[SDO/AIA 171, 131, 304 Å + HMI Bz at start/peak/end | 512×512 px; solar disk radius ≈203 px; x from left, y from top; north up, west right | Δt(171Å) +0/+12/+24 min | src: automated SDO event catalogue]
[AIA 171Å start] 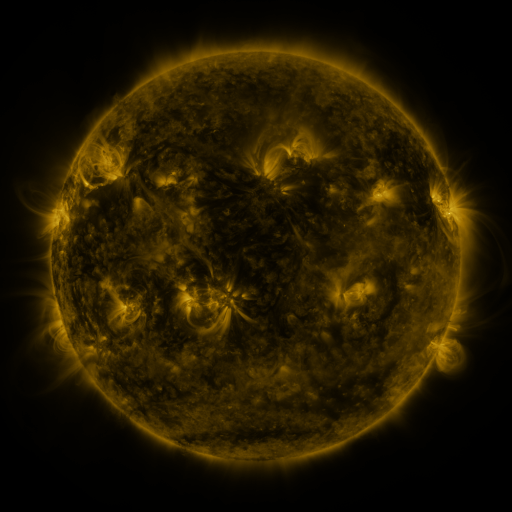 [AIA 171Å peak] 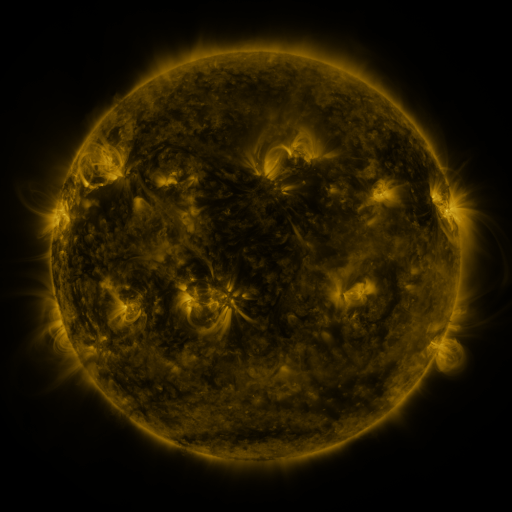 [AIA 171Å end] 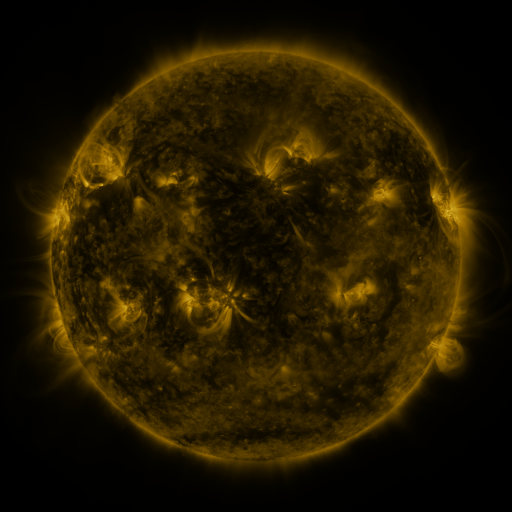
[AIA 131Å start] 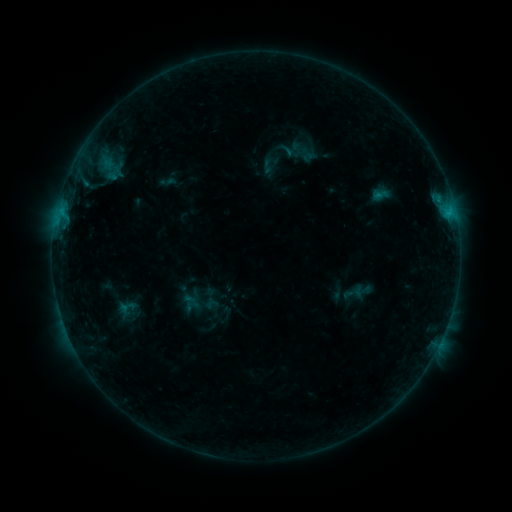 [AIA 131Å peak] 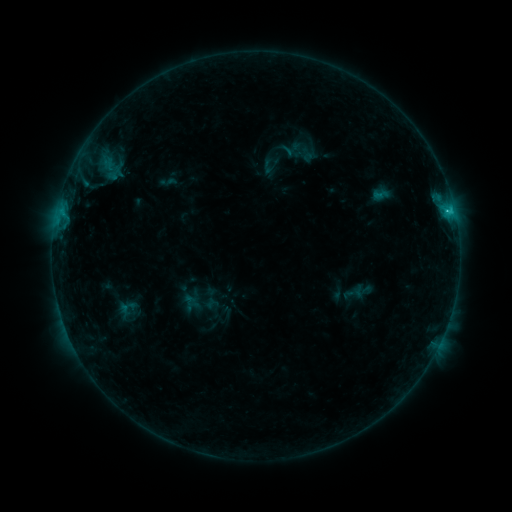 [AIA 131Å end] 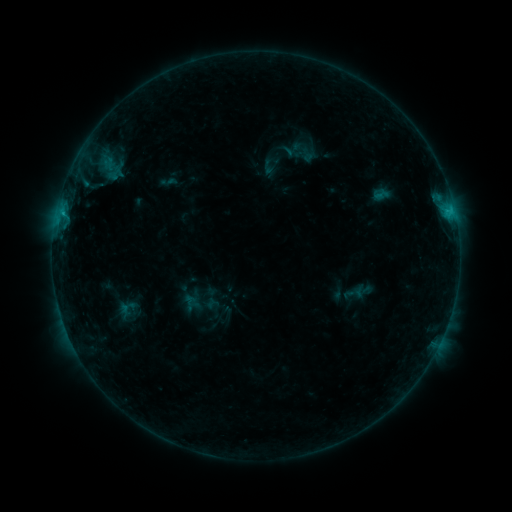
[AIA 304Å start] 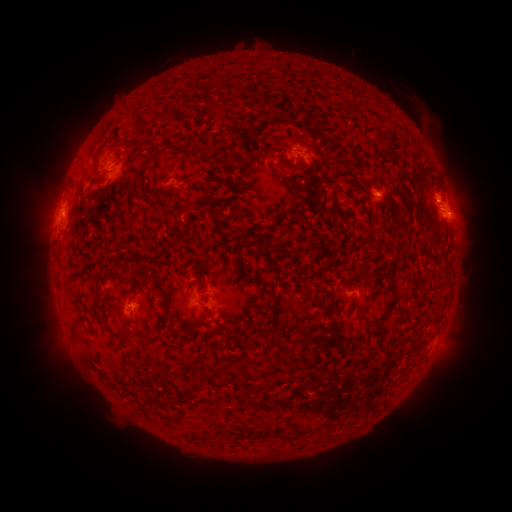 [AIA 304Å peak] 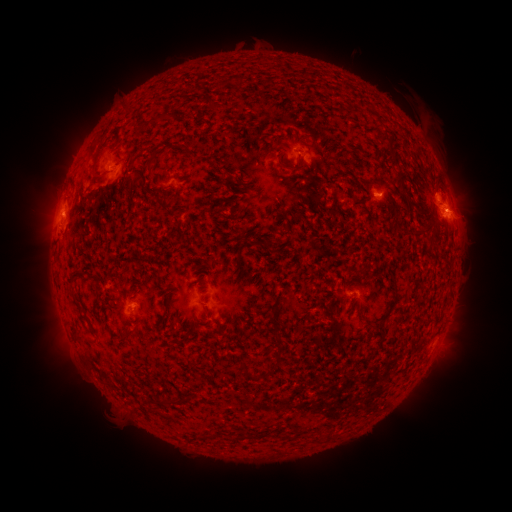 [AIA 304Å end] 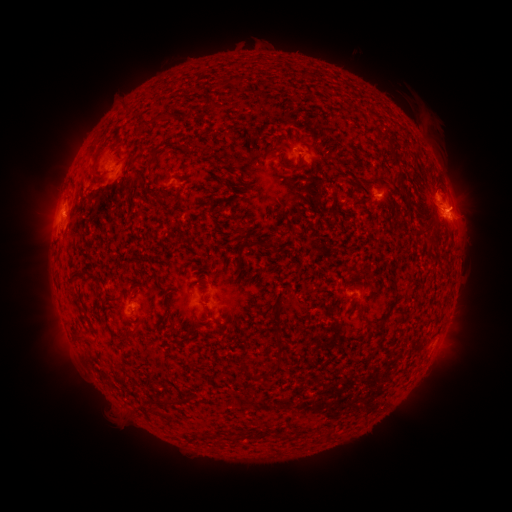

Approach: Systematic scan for C1.1 flare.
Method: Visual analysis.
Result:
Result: C1.1 flare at (446, 212).